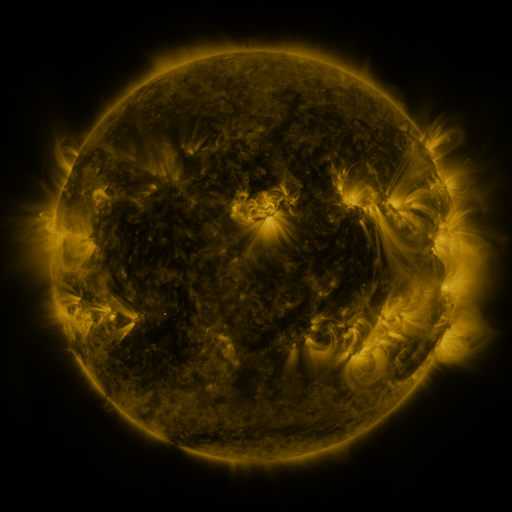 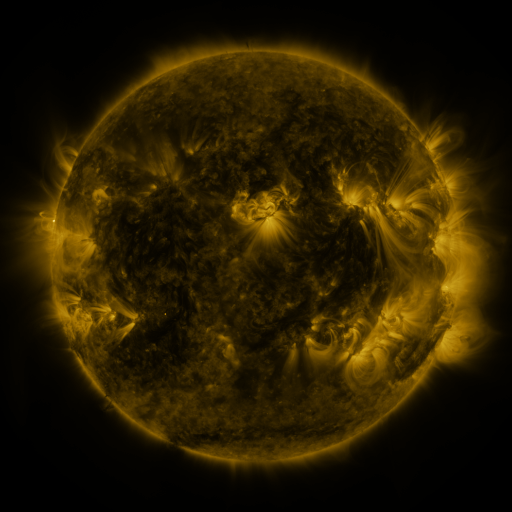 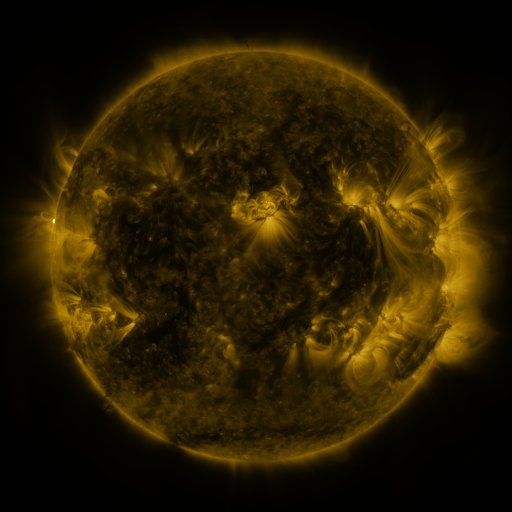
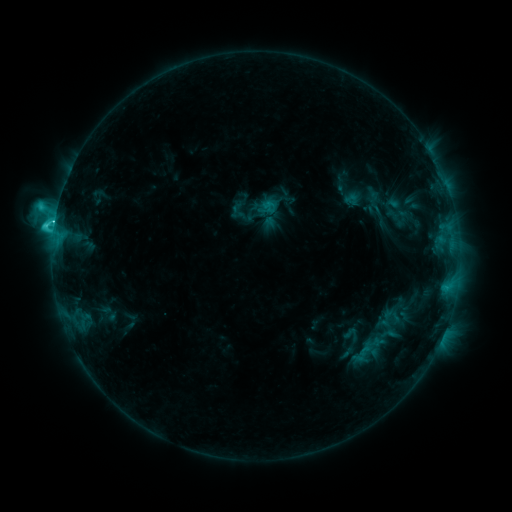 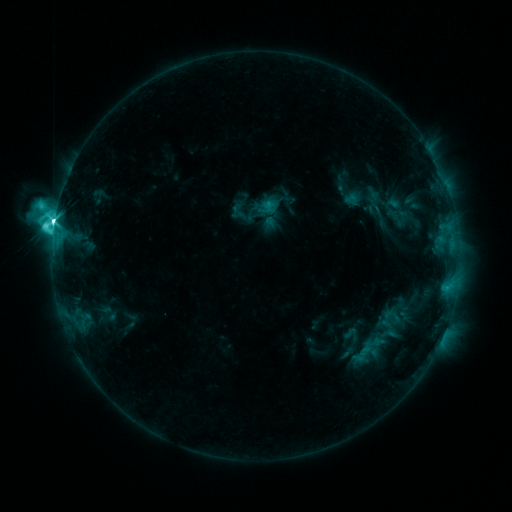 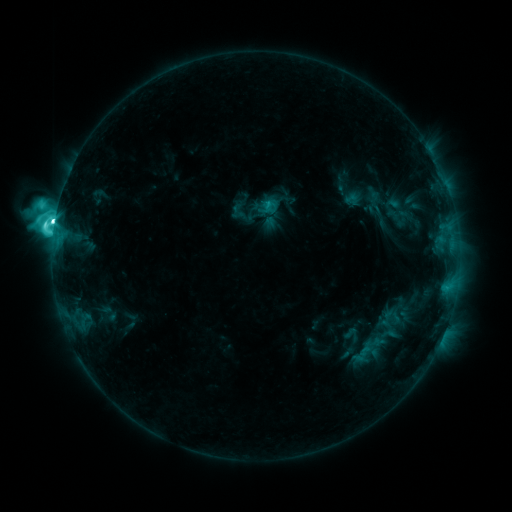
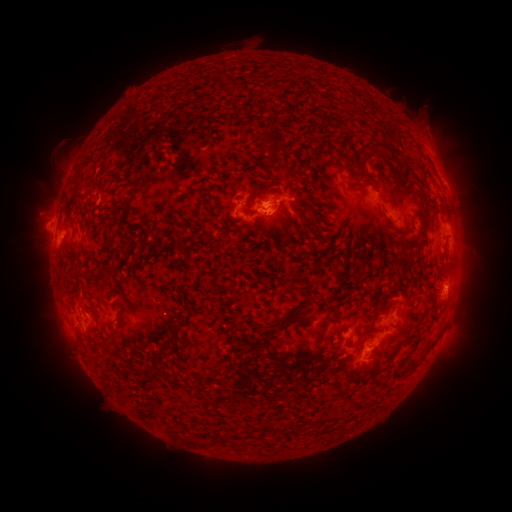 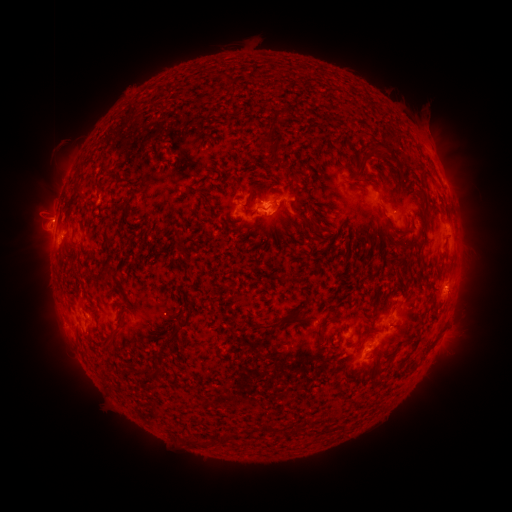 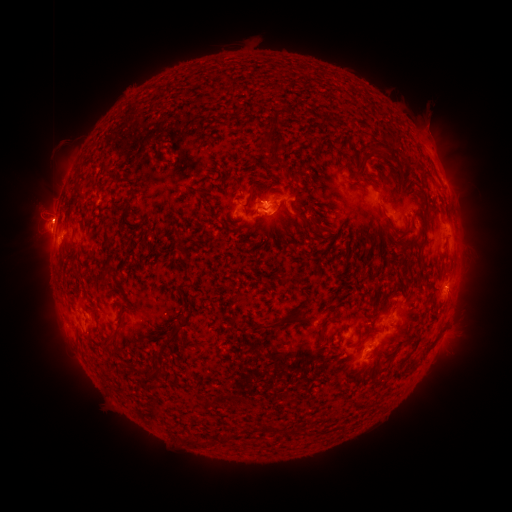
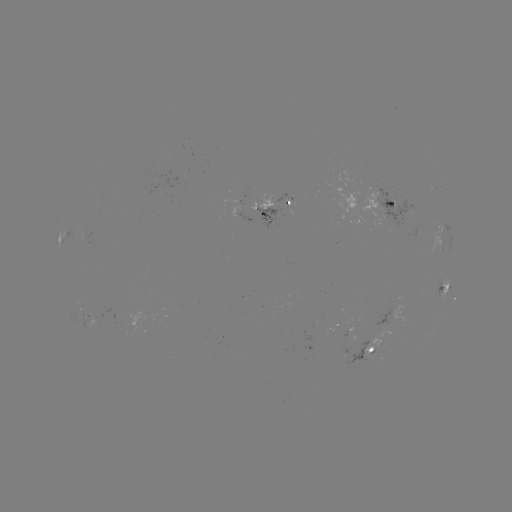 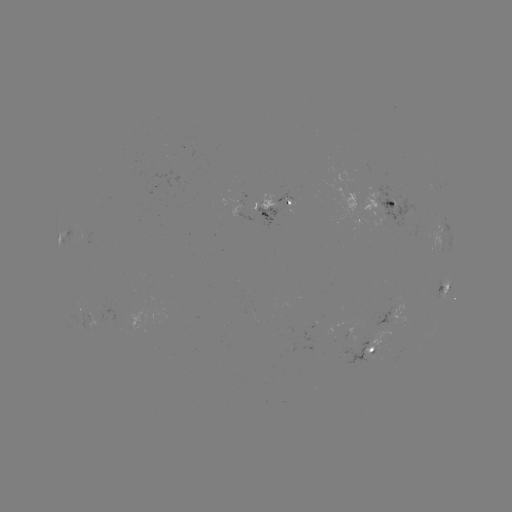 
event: flare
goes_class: M1.7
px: (55, 224)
